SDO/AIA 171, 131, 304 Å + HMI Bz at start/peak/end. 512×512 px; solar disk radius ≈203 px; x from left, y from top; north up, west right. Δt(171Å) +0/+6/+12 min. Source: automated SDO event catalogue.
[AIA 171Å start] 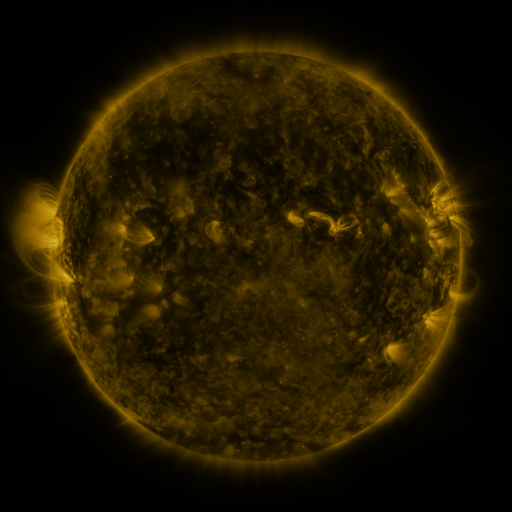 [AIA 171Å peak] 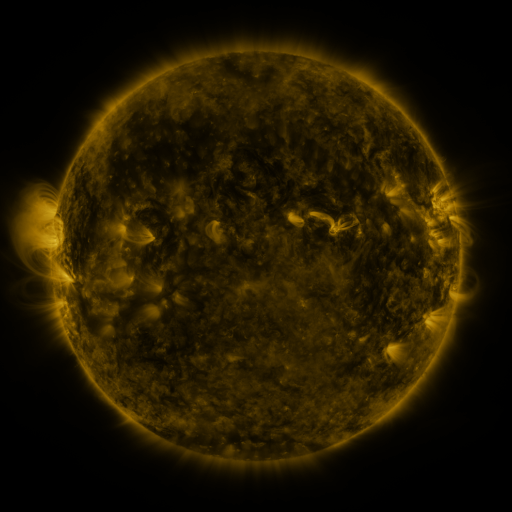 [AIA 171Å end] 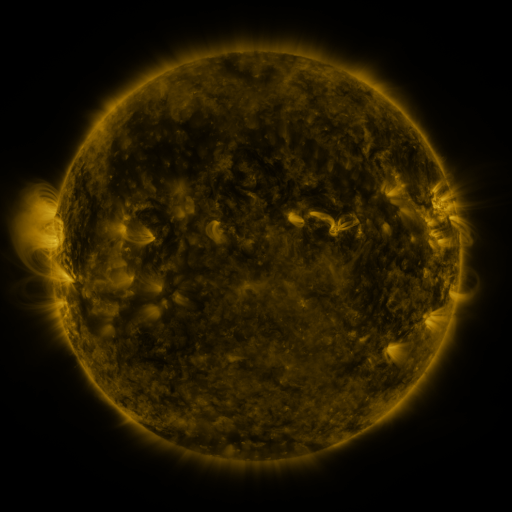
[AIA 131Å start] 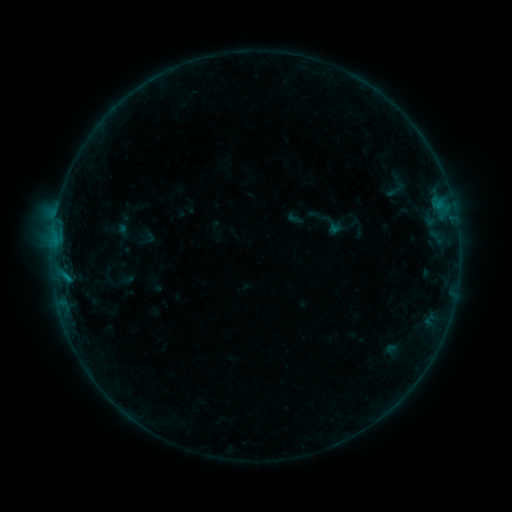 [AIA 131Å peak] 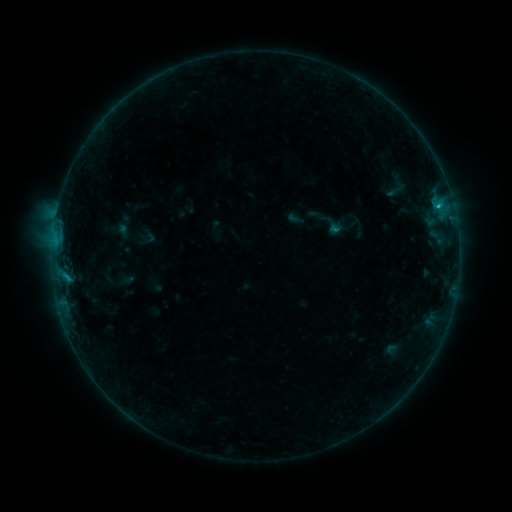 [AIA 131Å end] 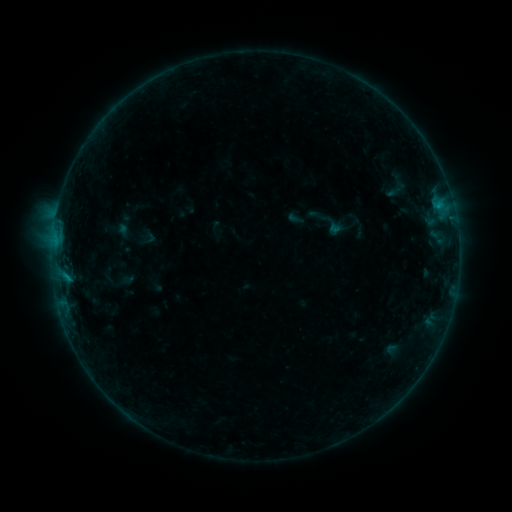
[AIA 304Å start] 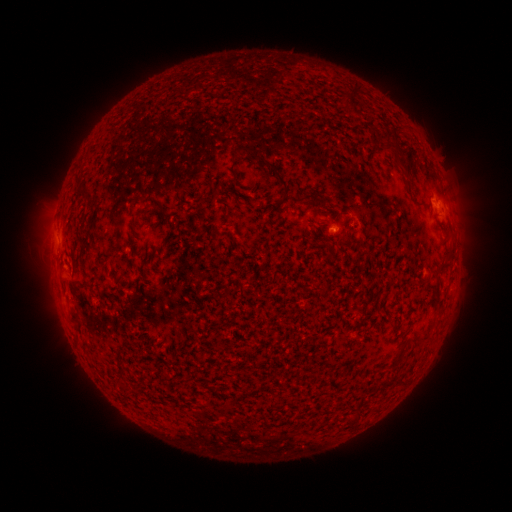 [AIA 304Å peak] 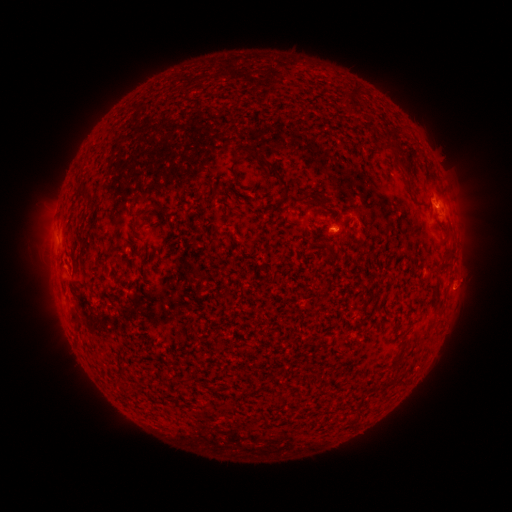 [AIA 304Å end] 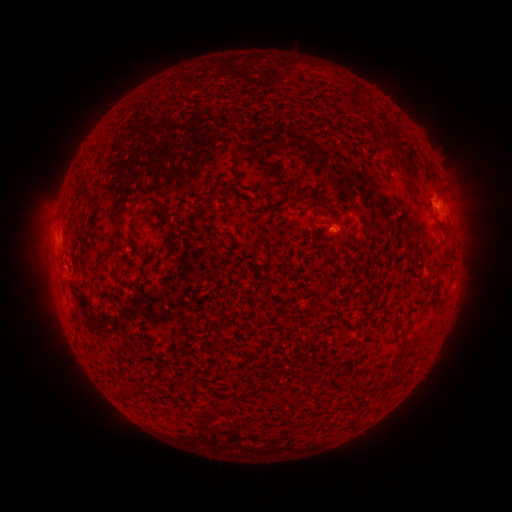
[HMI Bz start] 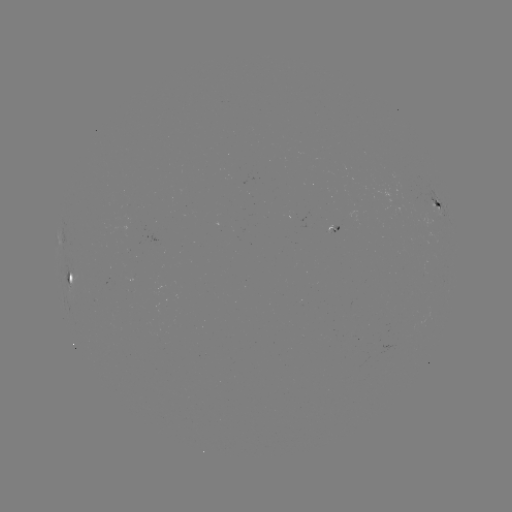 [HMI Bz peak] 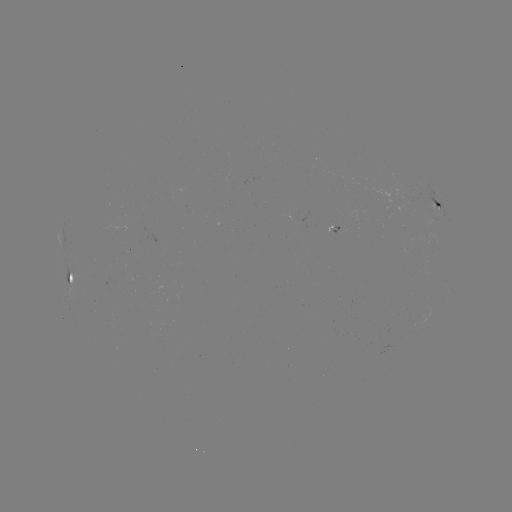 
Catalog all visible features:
B4.6 flare: (437, 207)
